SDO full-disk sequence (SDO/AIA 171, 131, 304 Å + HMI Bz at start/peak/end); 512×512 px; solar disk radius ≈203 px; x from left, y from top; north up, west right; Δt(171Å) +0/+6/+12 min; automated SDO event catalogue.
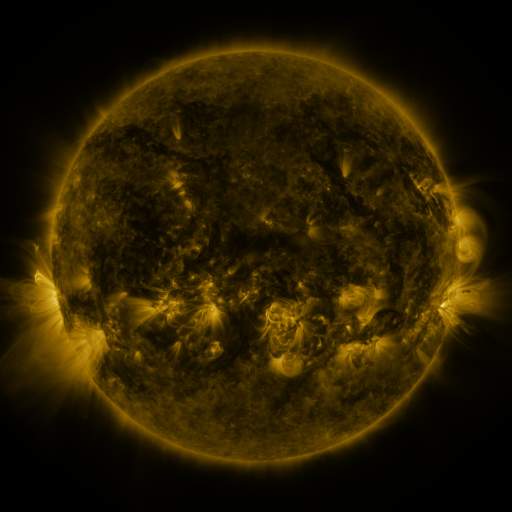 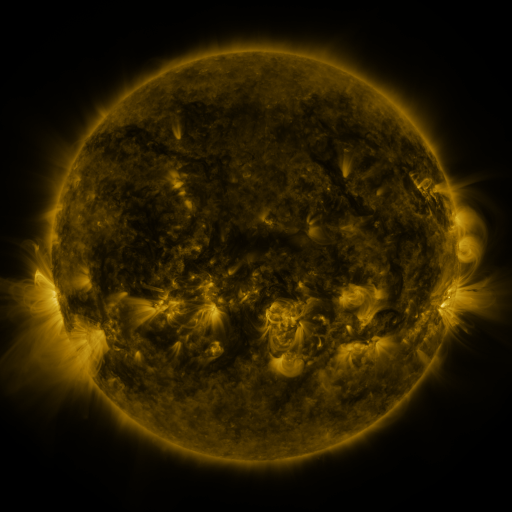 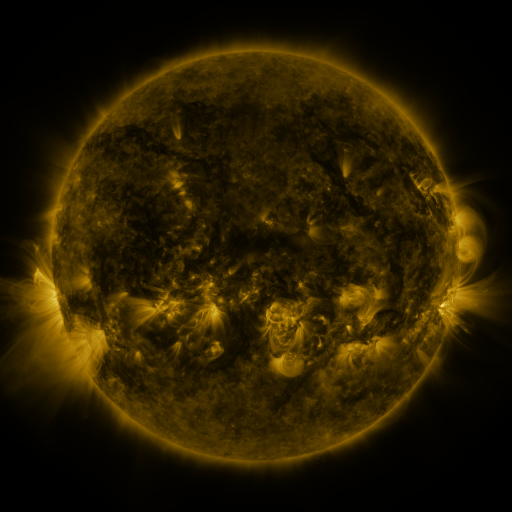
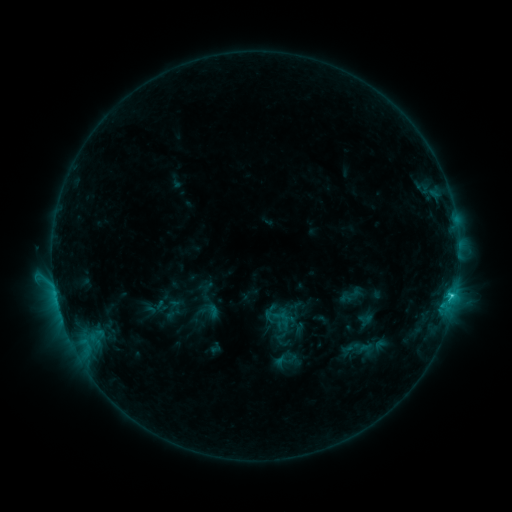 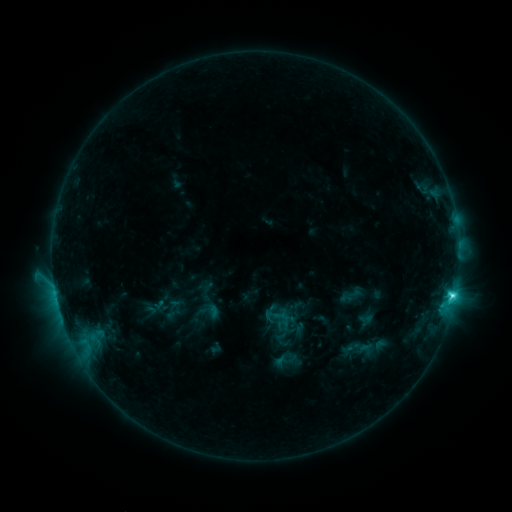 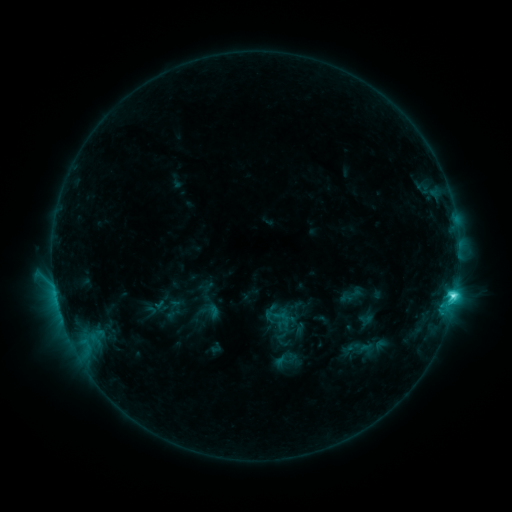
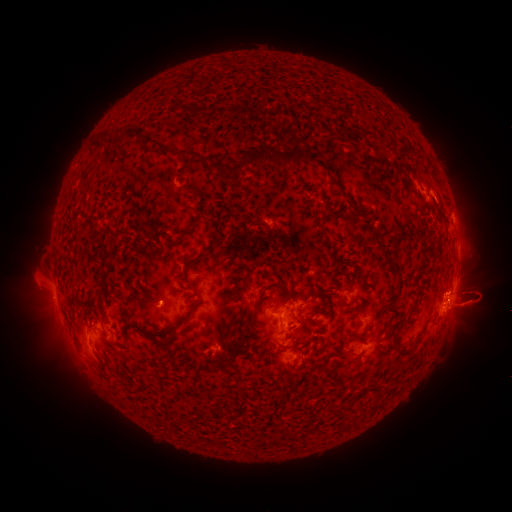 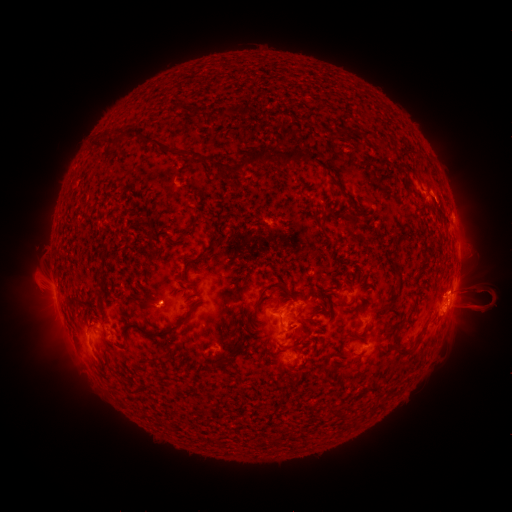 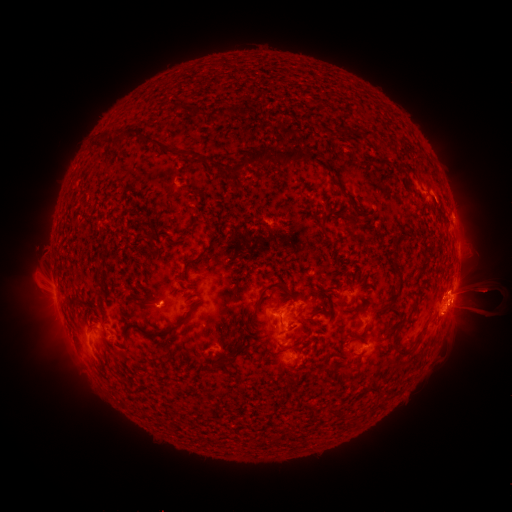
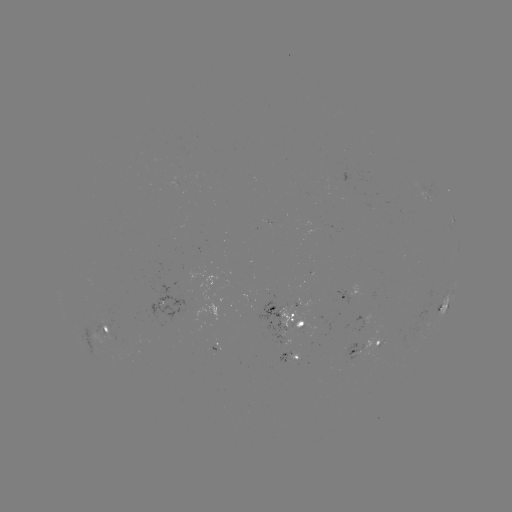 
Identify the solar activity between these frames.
eruption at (22, 303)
